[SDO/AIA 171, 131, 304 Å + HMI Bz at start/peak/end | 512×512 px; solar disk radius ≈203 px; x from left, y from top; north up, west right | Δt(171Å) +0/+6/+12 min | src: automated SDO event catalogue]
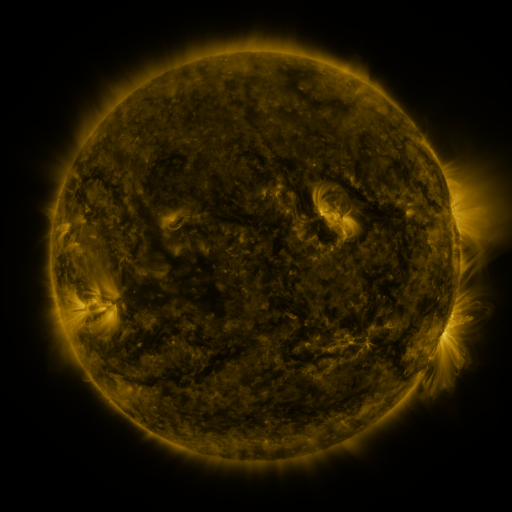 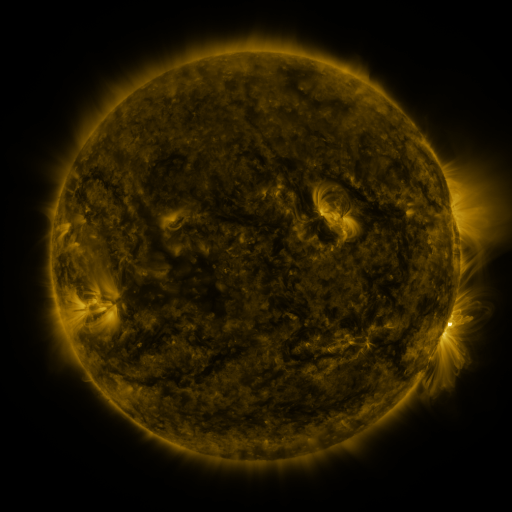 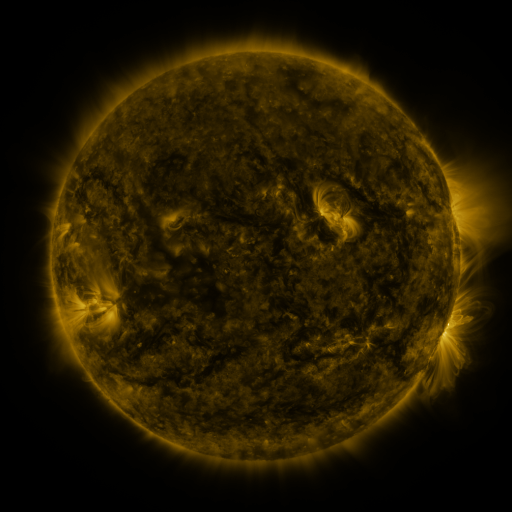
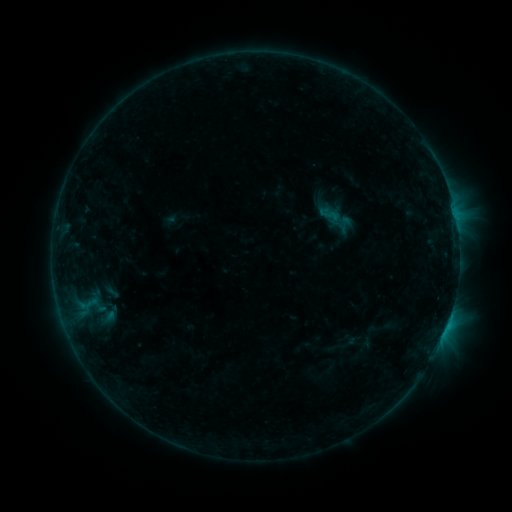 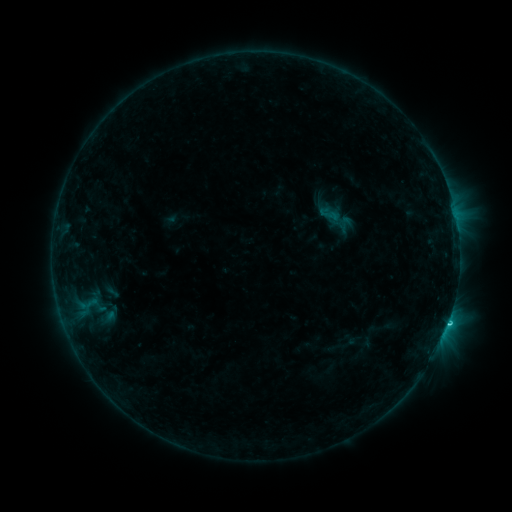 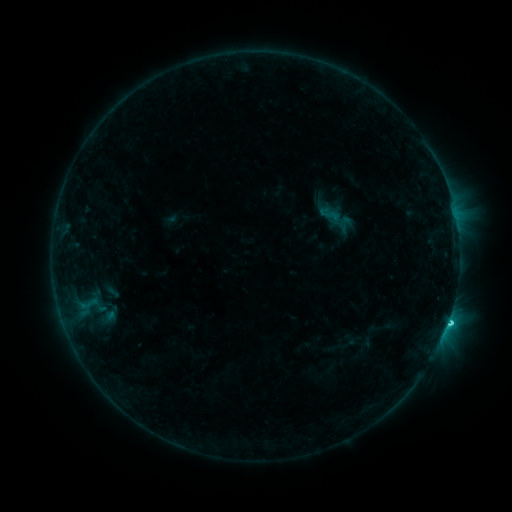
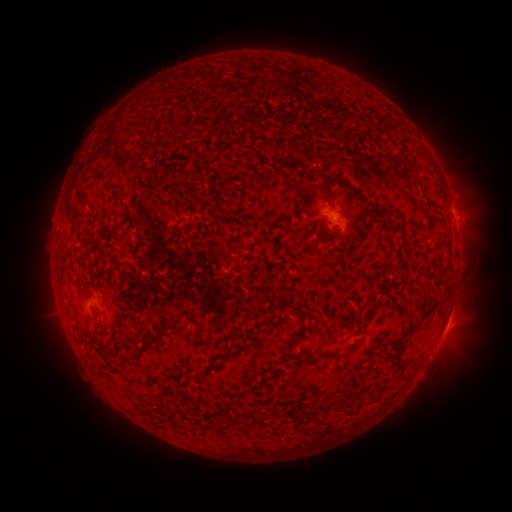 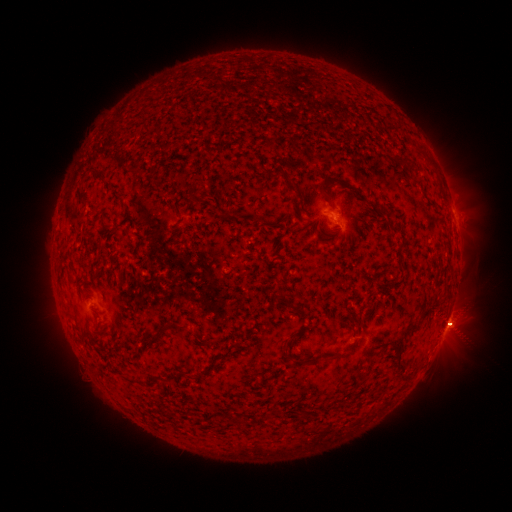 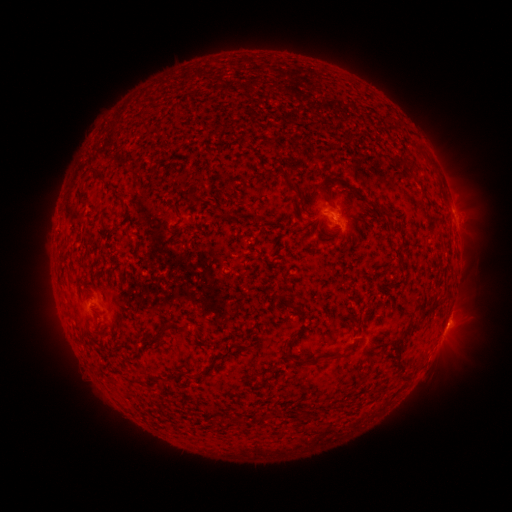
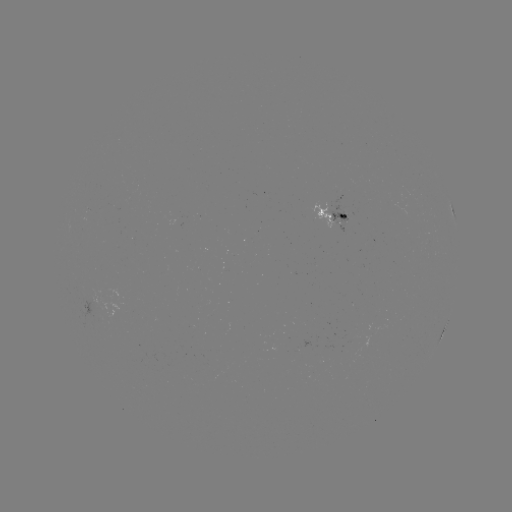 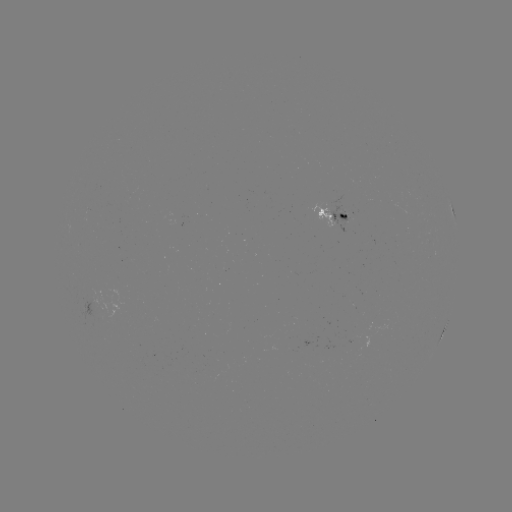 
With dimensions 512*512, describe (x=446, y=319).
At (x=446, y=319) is C2.1 flare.